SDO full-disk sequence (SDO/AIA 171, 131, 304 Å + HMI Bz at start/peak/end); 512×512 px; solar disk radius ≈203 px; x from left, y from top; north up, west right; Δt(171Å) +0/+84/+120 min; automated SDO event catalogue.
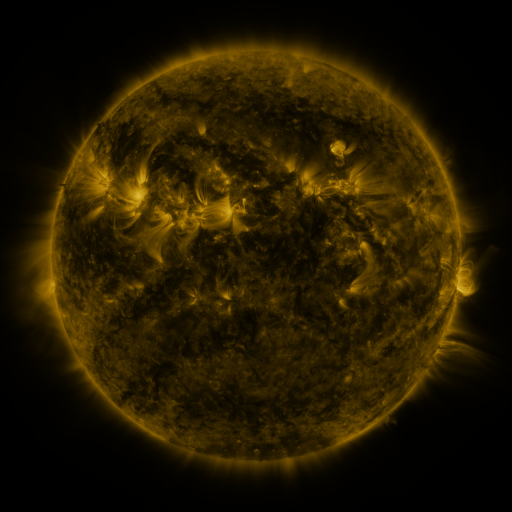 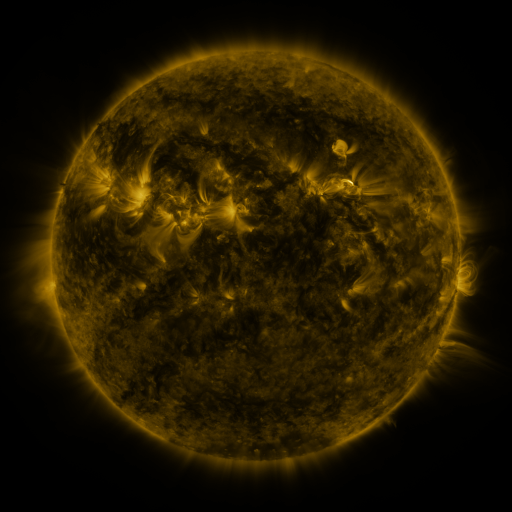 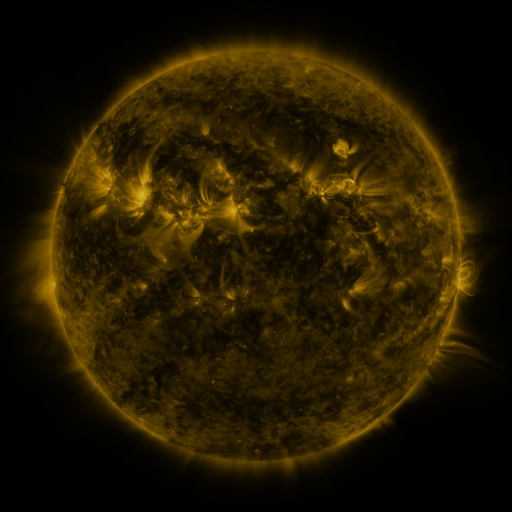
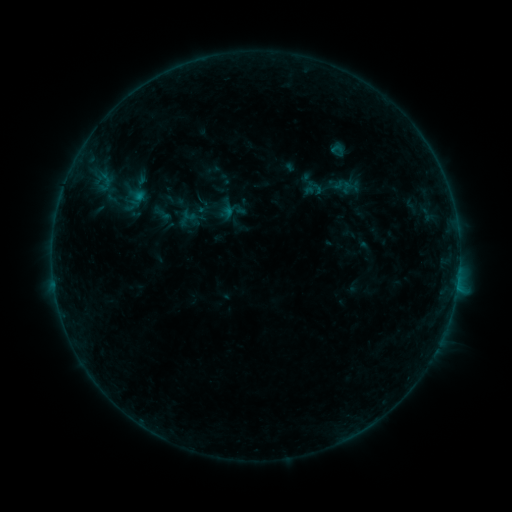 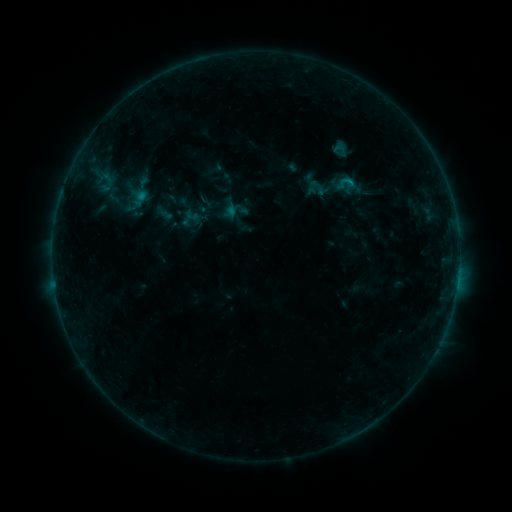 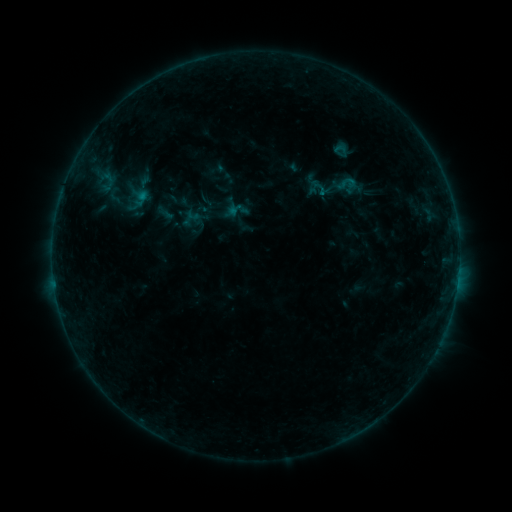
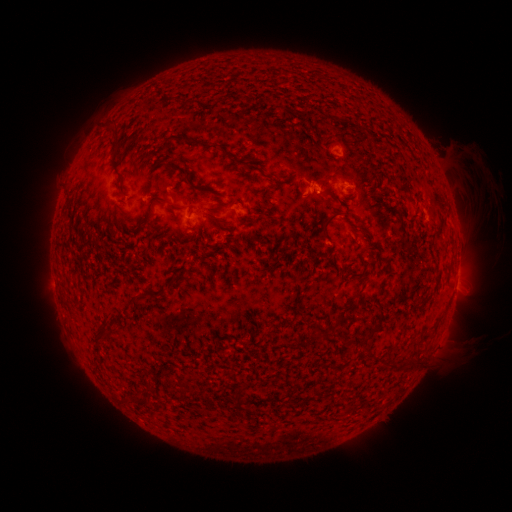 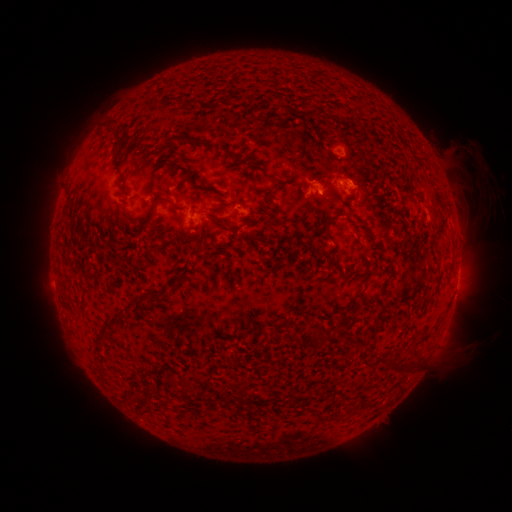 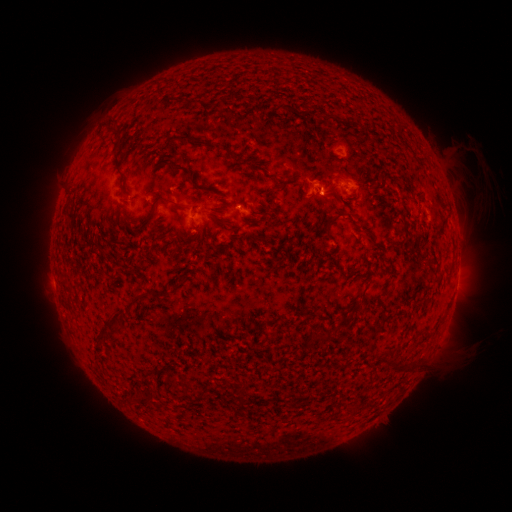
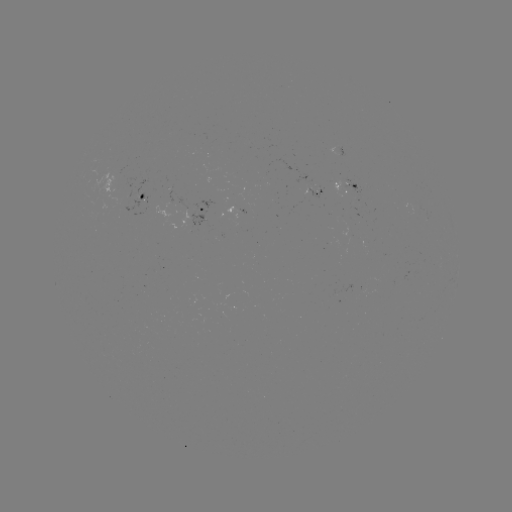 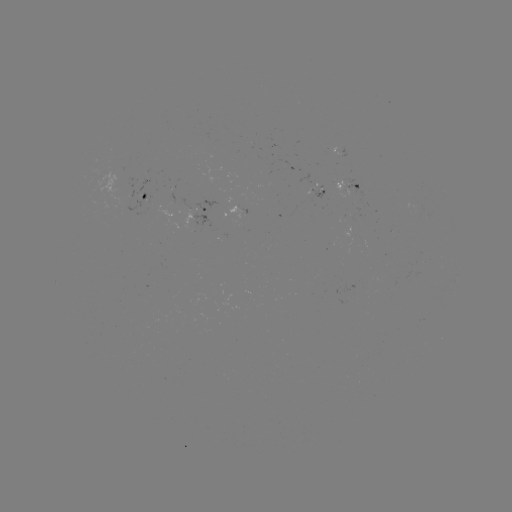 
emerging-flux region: [309, 189, 326, 201]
